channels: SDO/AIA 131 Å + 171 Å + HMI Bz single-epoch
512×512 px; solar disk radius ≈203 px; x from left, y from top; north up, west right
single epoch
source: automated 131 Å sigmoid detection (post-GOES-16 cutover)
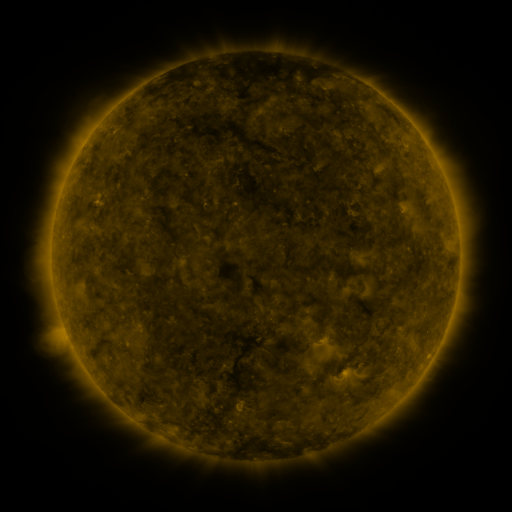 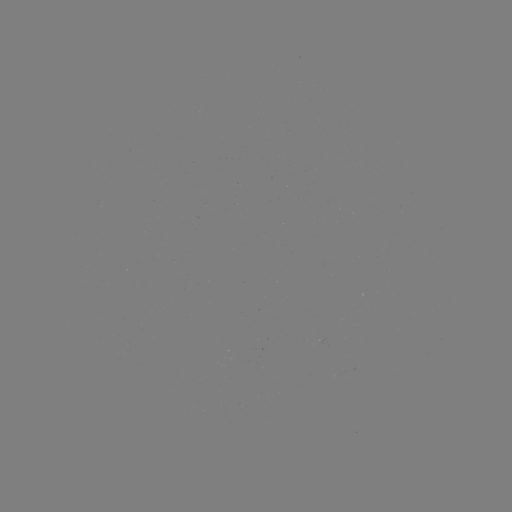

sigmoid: [315, 334, 336, 355]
